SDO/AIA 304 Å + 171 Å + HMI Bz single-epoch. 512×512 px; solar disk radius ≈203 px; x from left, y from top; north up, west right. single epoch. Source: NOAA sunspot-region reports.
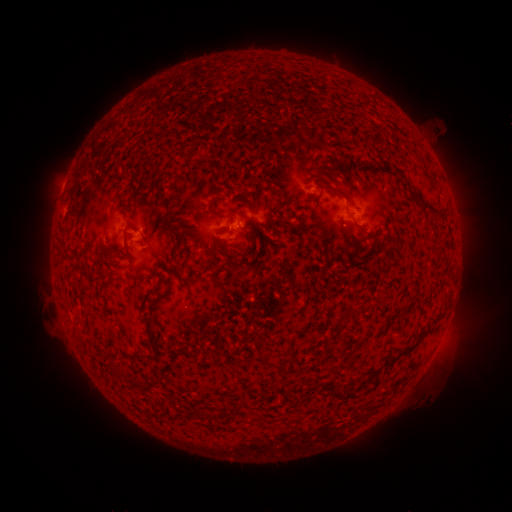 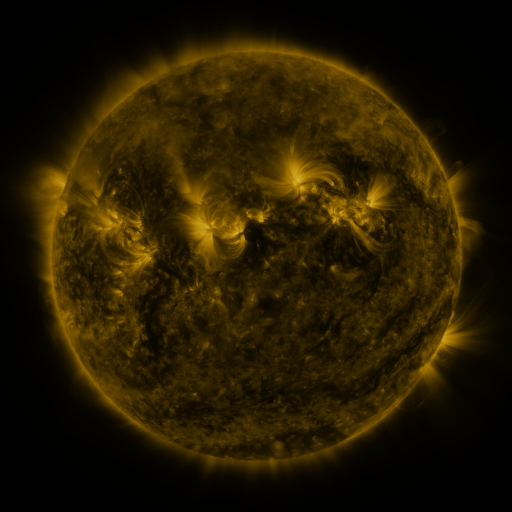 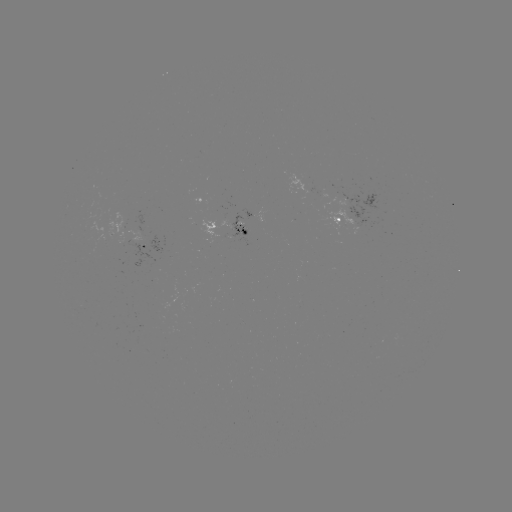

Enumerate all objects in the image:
spotted active region: (346, 214)
spotted active region: (259, 218)
spotted active region: (231, 232)
spotted active region: (145, 245)
